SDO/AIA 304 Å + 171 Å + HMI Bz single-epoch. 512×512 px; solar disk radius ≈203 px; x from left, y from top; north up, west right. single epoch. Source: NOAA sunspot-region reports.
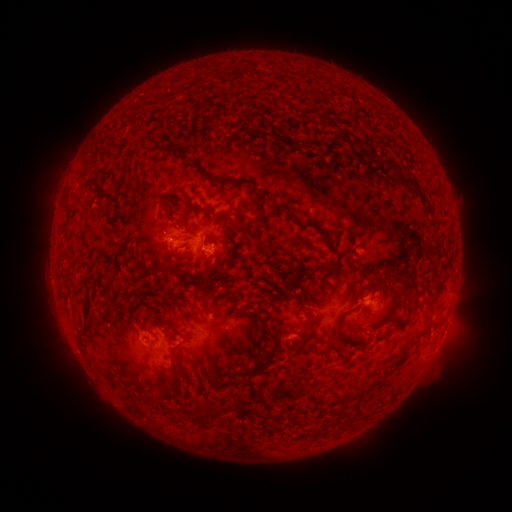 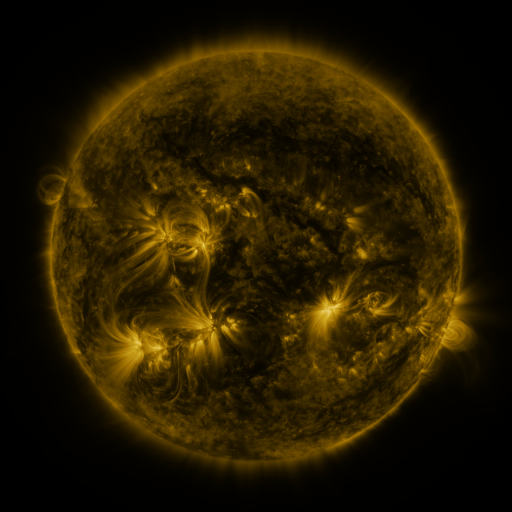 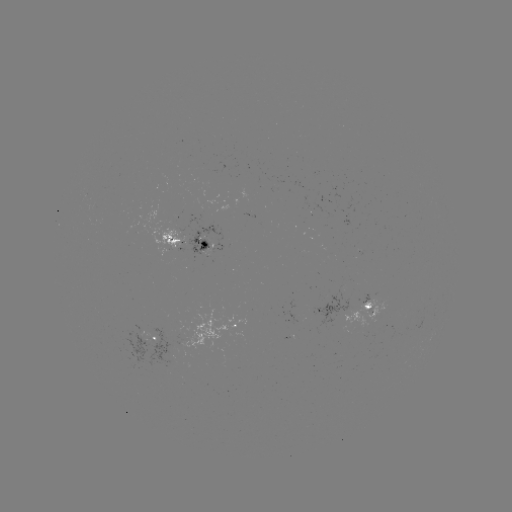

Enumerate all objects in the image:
spotted active region: (200, 245)
spotted active region: (374, 306)
spotted active region: (245, 326)
spotted active region: (154, 340)
